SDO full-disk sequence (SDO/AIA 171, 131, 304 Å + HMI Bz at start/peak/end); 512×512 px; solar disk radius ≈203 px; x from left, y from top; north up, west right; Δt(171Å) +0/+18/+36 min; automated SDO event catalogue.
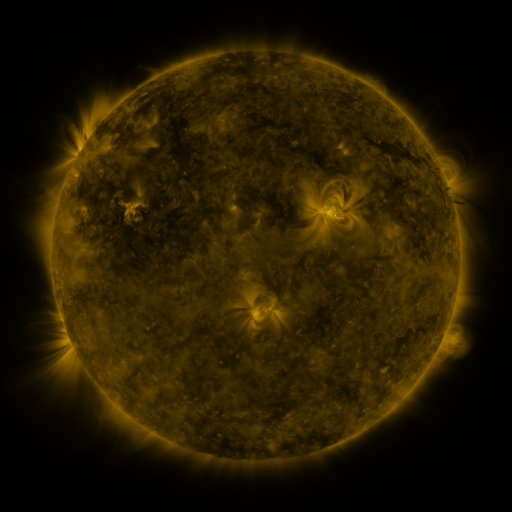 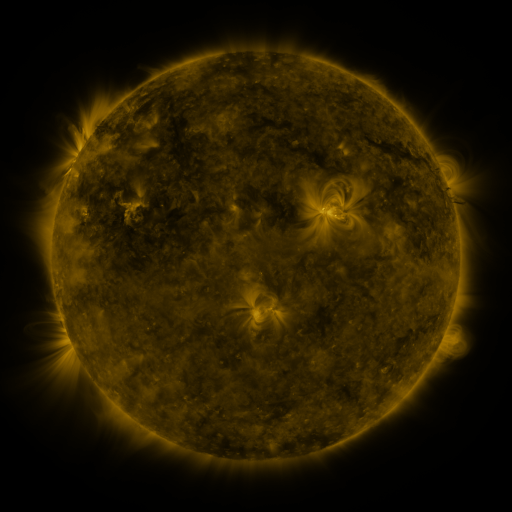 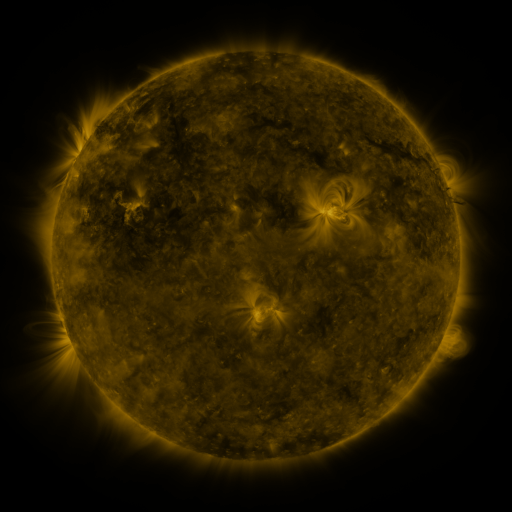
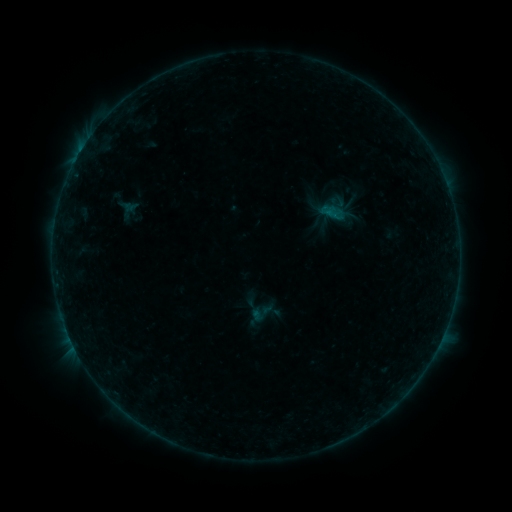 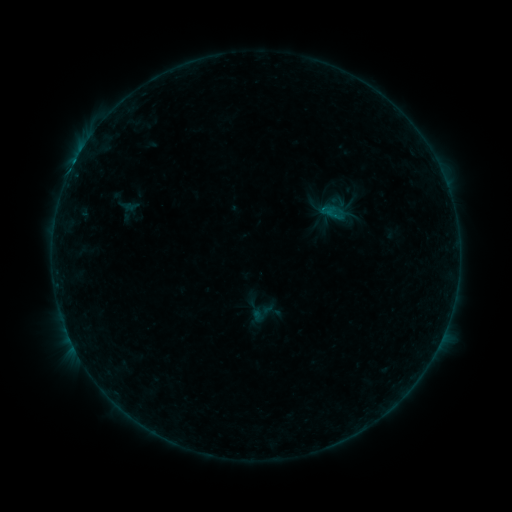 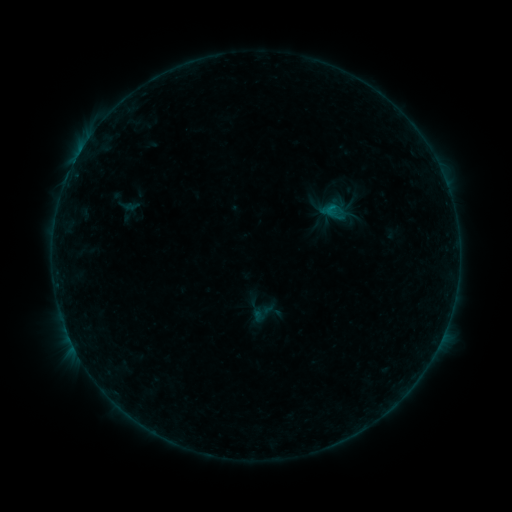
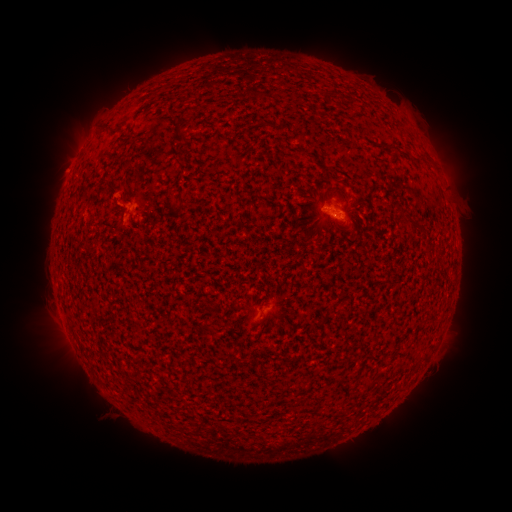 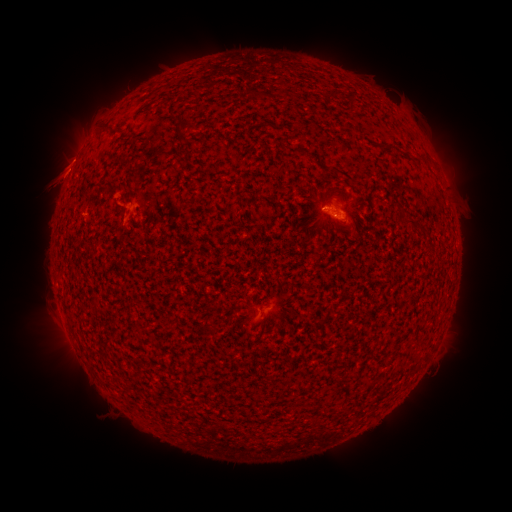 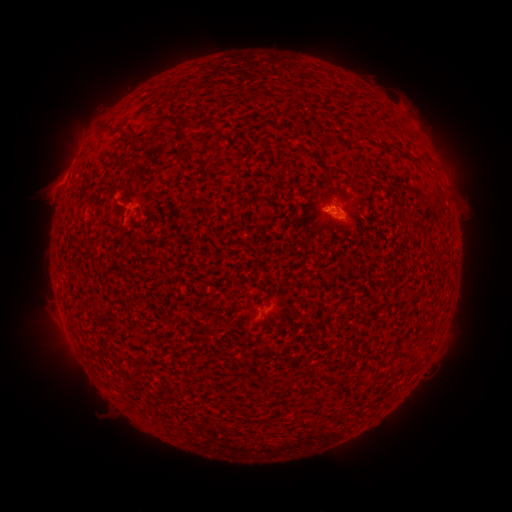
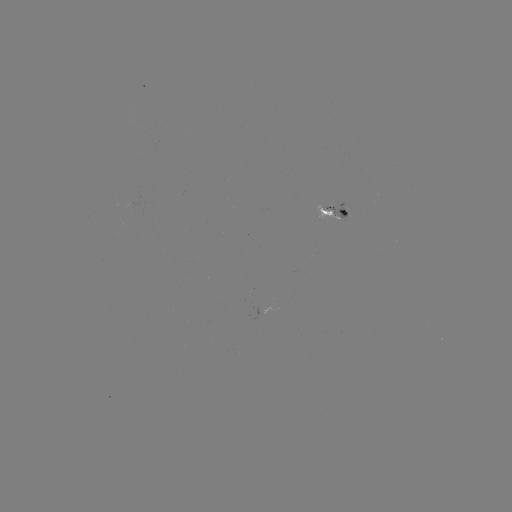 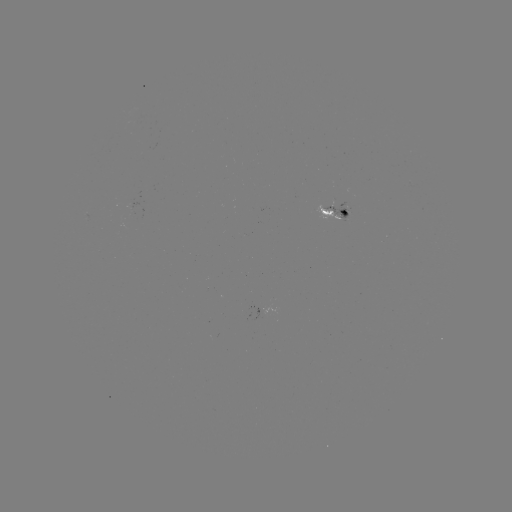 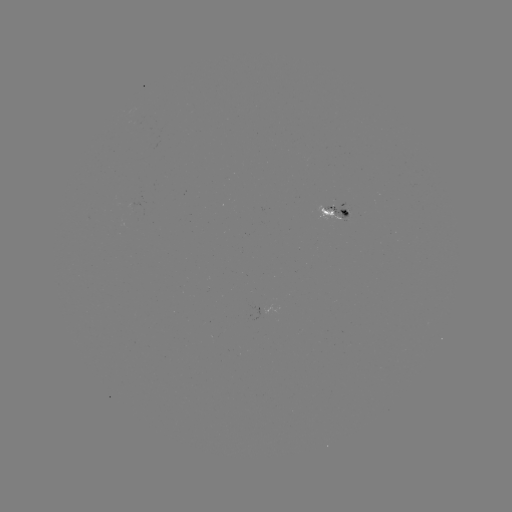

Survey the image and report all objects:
eruption: (51, 184)
